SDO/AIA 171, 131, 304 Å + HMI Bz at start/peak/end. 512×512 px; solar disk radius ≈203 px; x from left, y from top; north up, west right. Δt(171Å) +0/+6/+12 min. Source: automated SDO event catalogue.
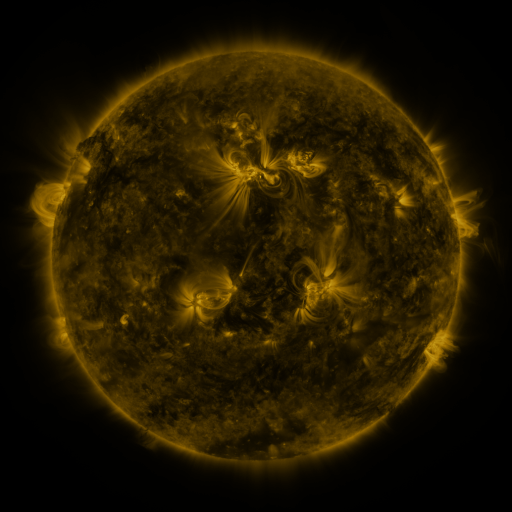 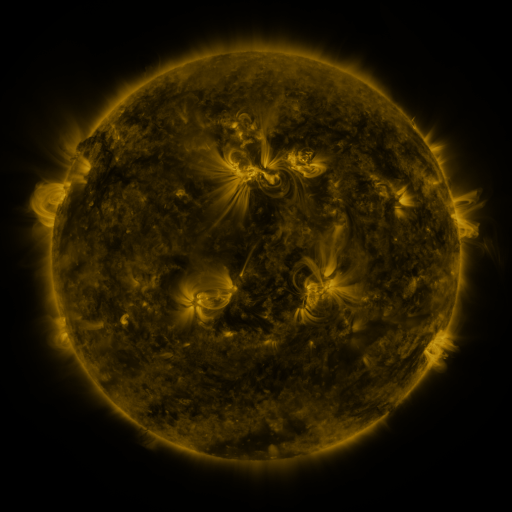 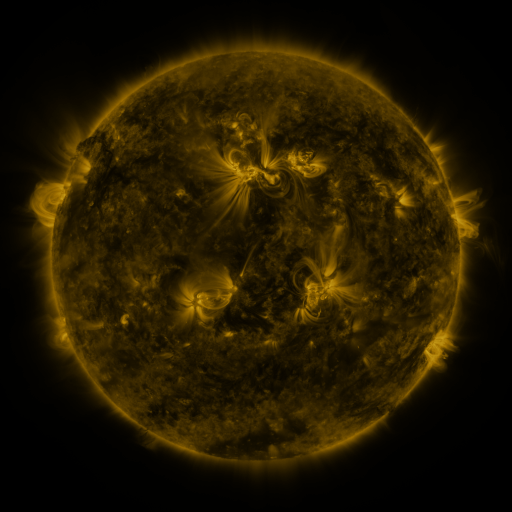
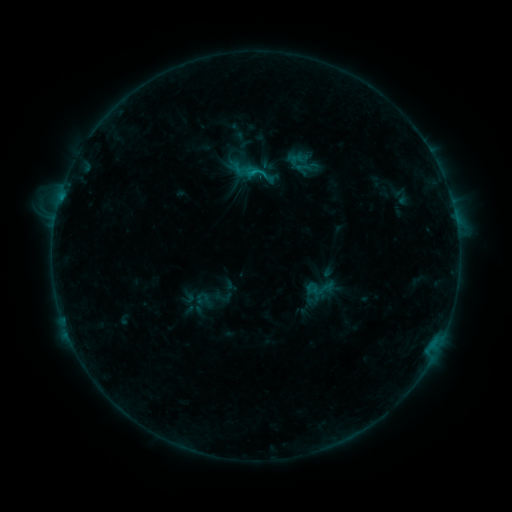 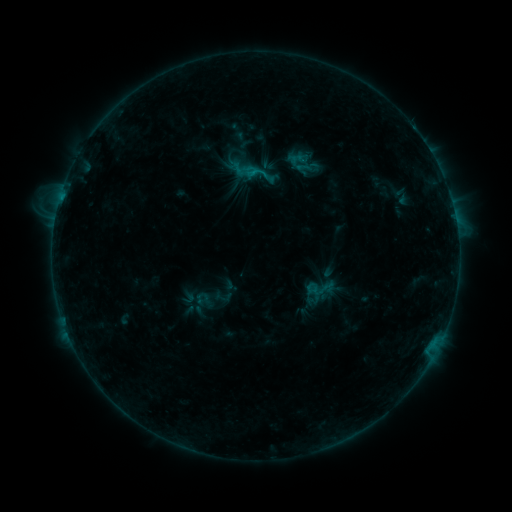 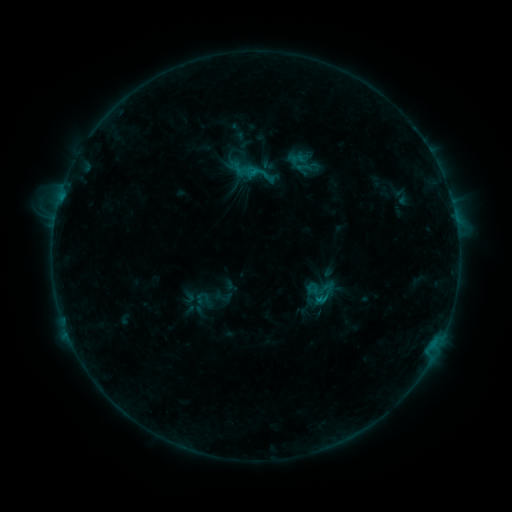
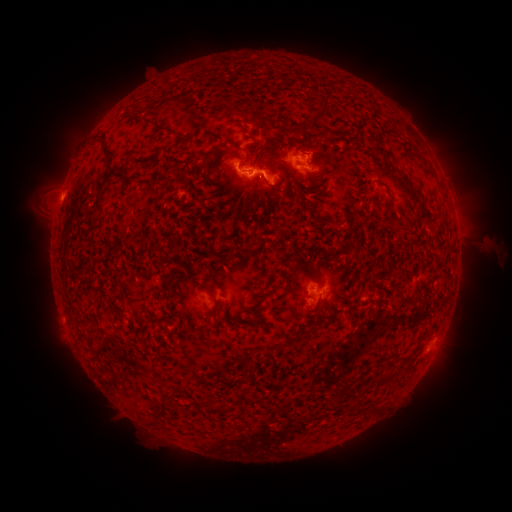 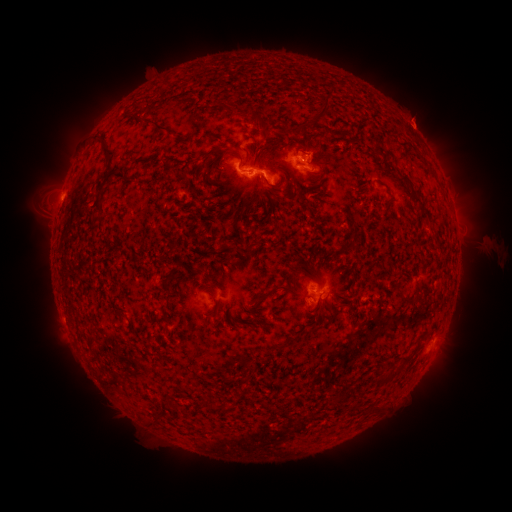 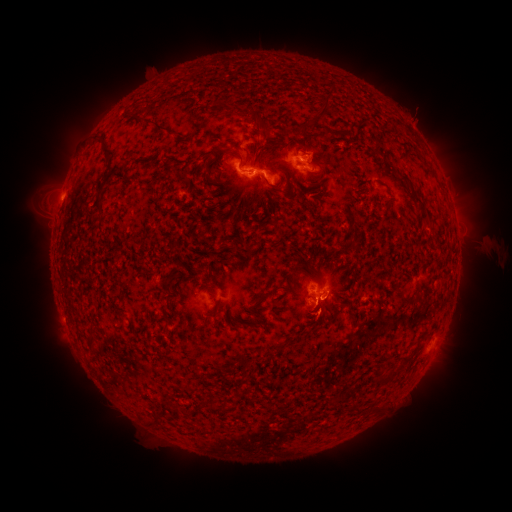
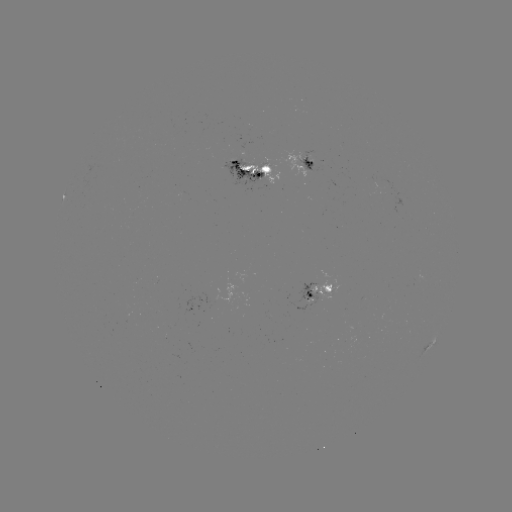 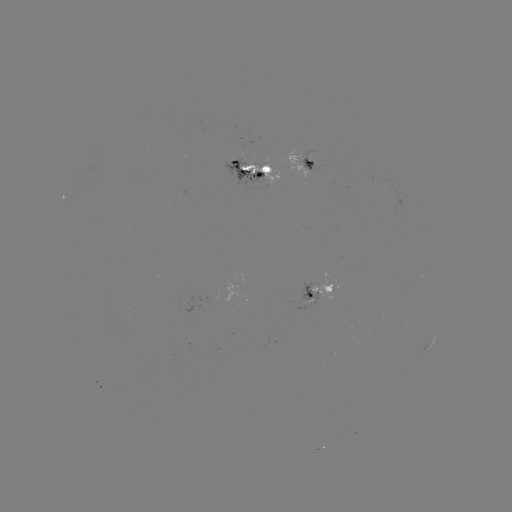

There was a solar eruption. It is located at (417, 118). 